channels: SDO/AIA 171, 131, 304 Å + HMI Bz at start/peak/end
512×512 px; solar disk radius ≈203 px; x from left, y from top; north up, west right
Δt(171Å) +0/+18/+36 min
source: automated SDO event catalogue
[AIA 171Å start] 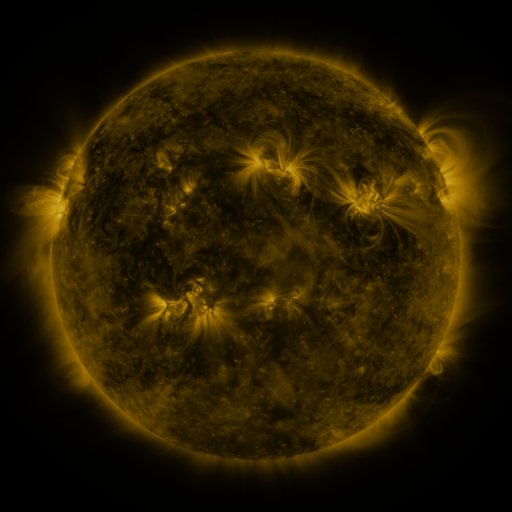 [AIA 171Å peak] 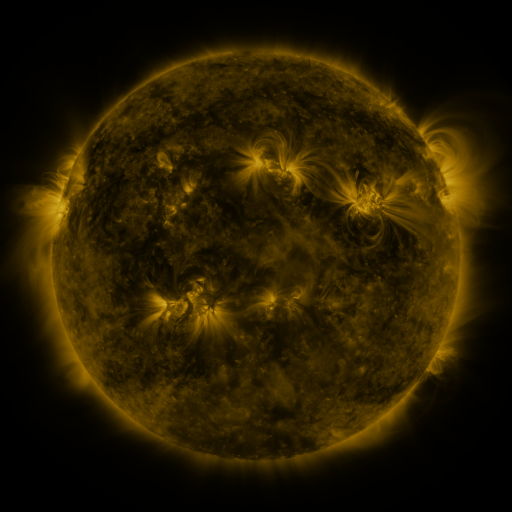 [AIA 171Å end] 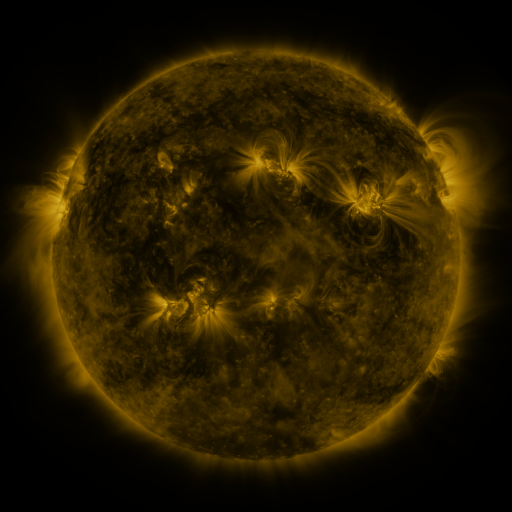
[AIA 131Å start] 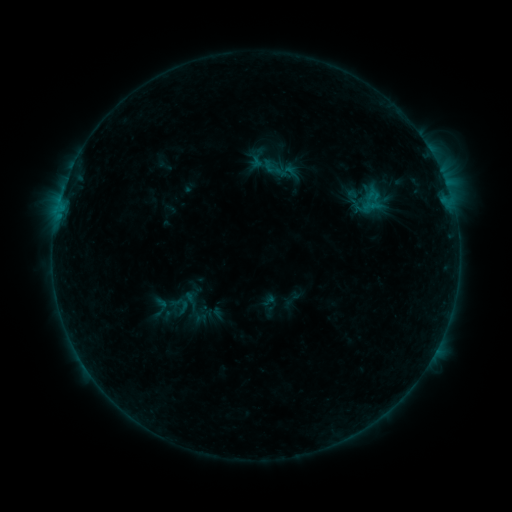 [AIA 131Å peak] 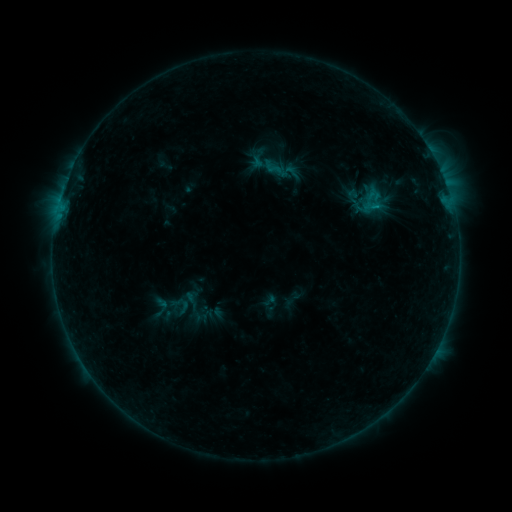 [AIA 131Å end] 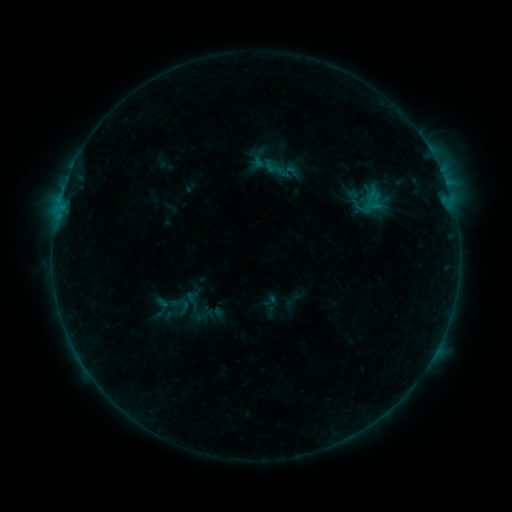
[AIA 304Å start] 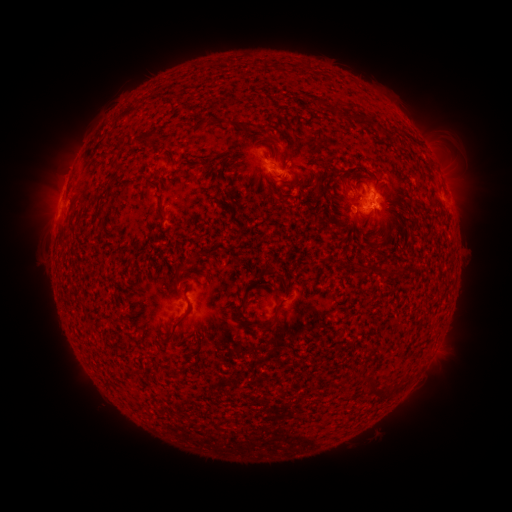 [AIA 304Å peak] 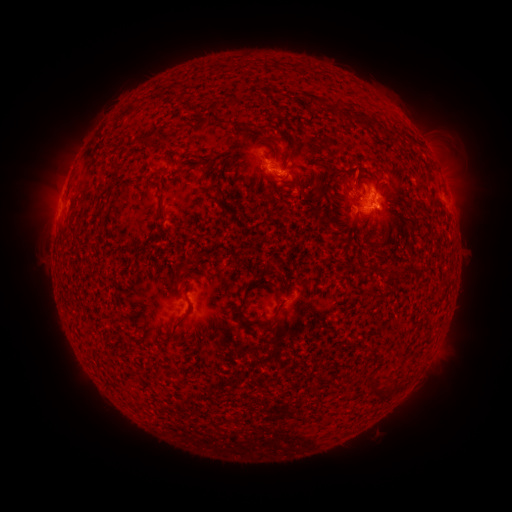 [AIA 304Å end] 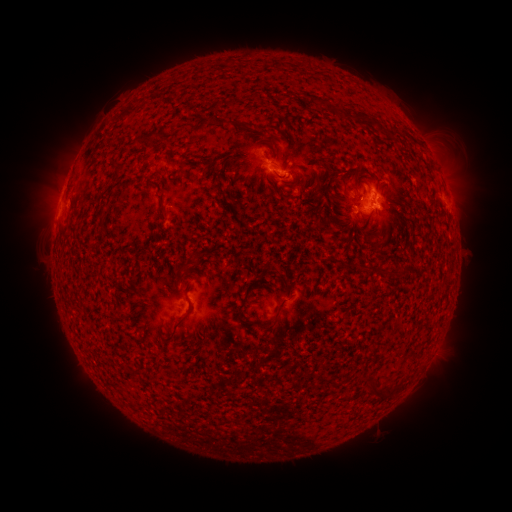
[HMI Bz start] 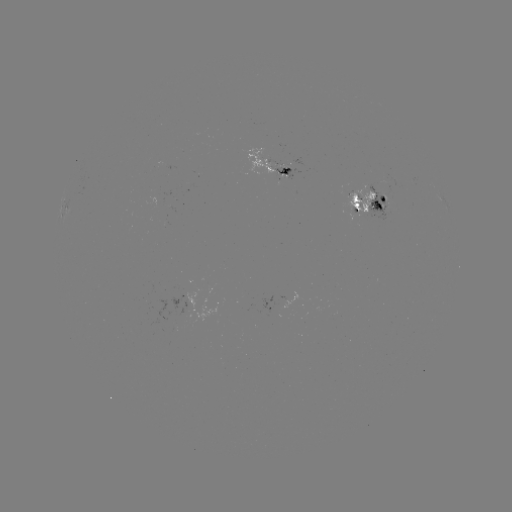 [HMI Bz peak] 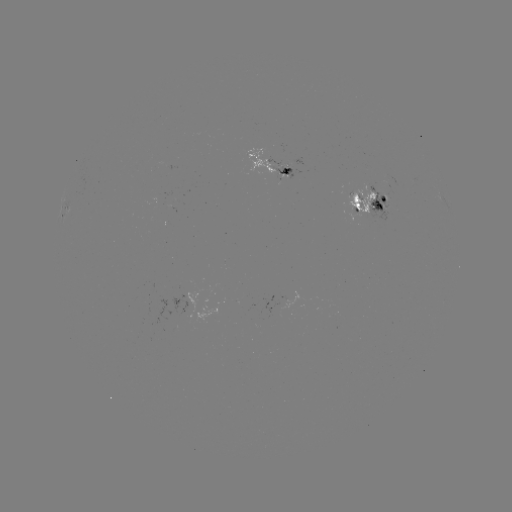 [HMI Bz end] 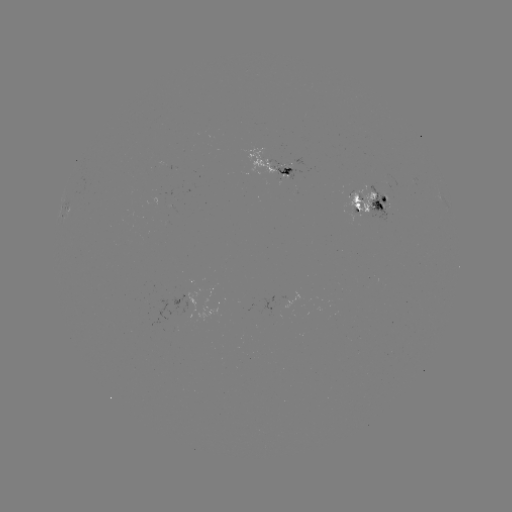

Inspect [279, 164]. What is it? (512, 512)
emerging-flux region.